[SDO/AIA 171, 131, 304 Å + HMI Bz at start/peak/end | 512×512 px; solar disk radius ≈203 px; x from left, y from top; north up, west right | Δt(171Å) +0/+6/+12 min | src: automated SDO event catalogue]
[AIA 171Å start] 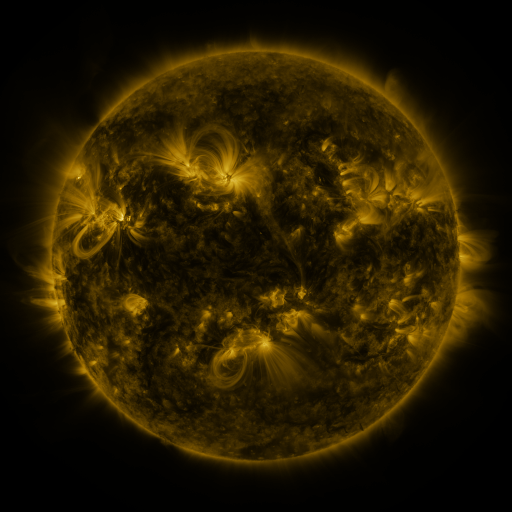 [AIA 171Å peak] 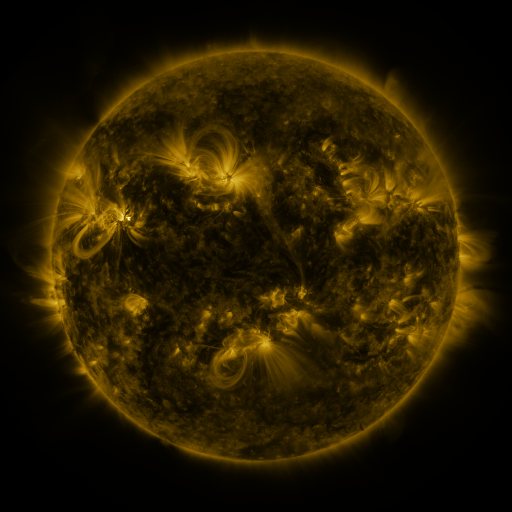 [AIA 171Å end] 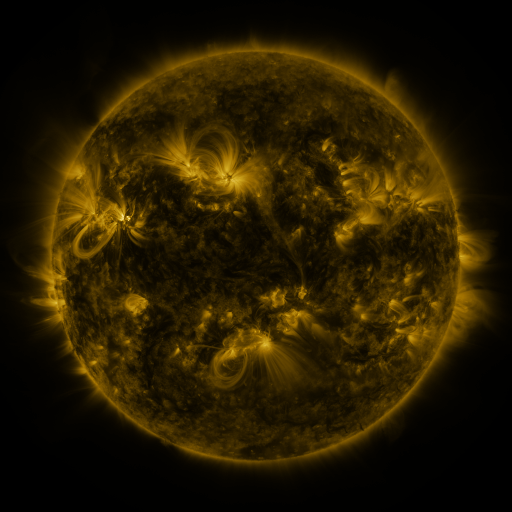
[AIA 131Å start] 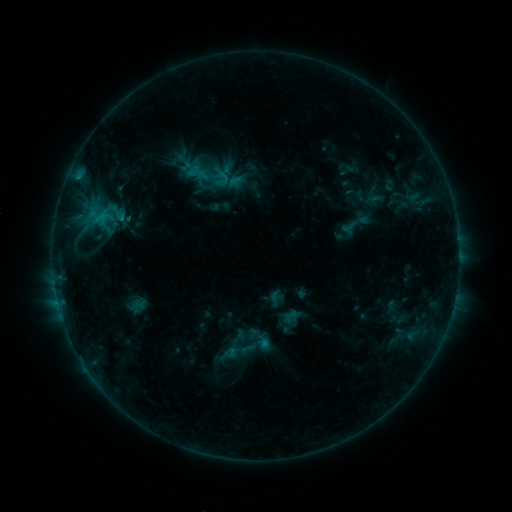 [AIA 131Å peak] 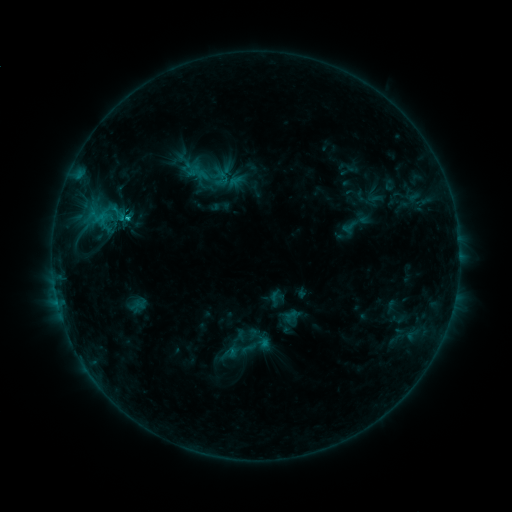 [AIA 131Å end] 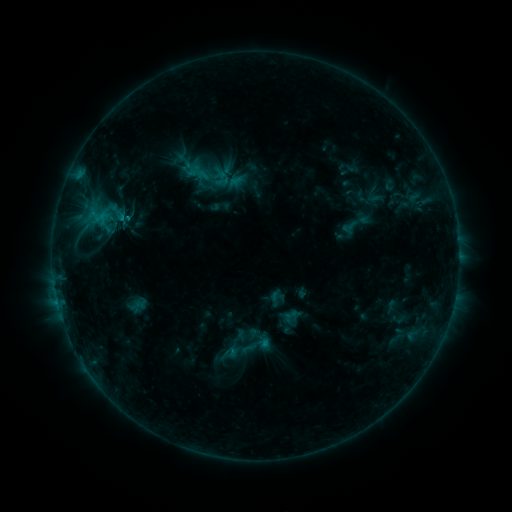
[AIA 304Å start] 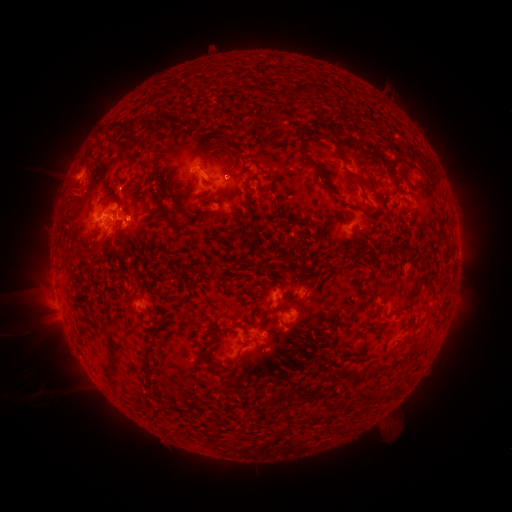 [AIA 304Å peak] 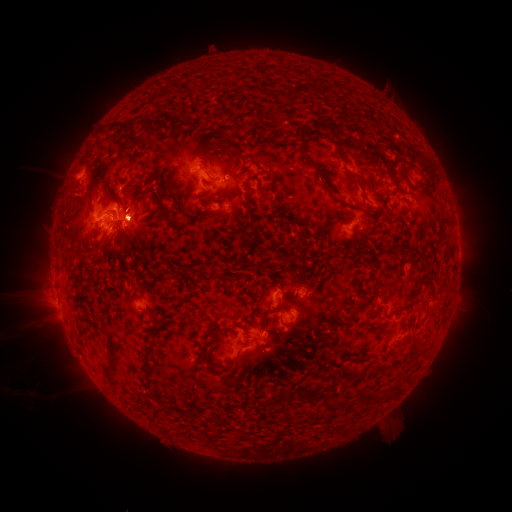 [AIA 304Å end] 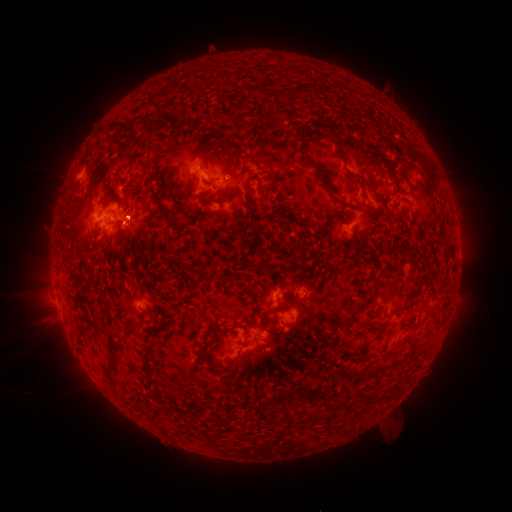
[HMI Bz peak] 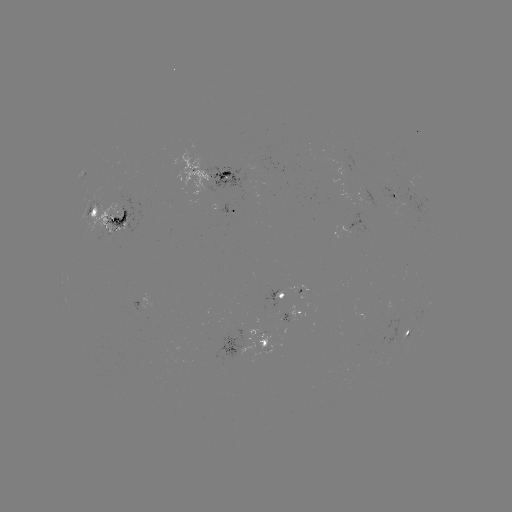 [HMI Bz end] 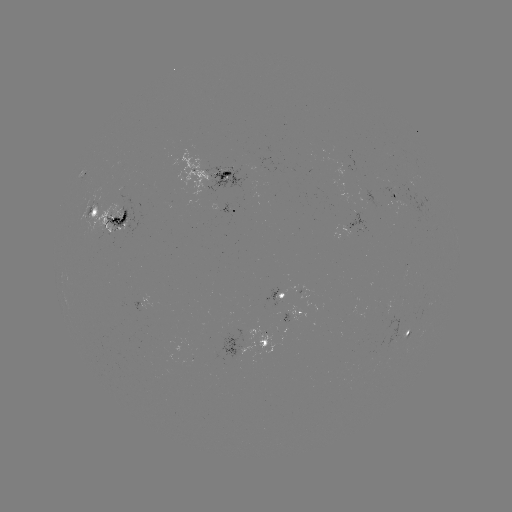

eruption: [98, 186, 170, 269]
